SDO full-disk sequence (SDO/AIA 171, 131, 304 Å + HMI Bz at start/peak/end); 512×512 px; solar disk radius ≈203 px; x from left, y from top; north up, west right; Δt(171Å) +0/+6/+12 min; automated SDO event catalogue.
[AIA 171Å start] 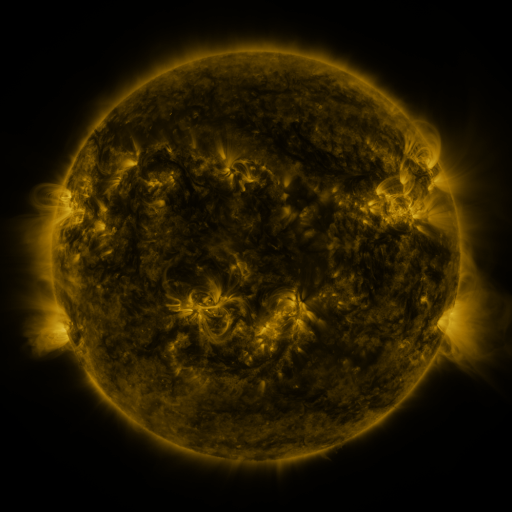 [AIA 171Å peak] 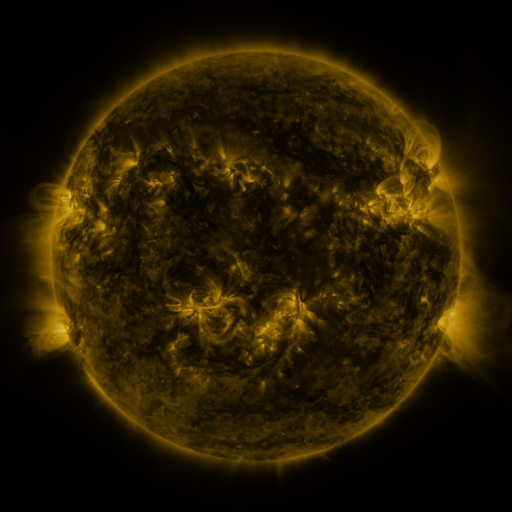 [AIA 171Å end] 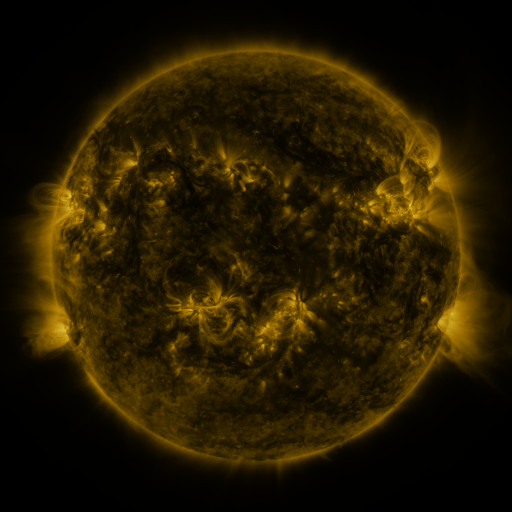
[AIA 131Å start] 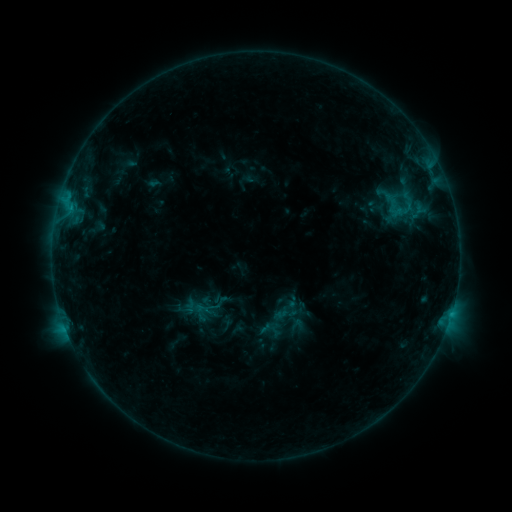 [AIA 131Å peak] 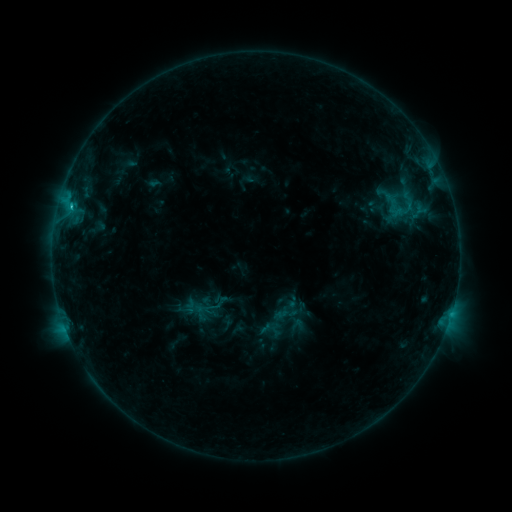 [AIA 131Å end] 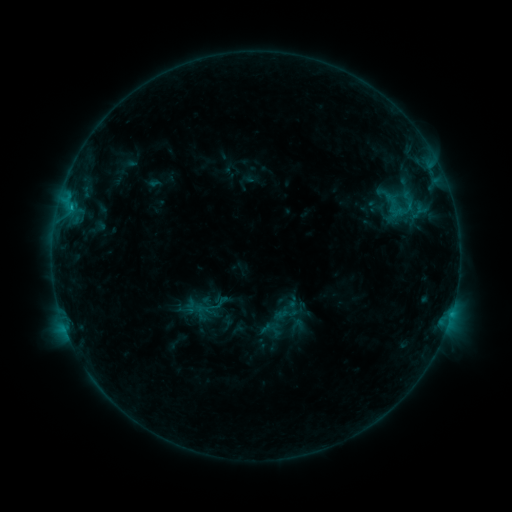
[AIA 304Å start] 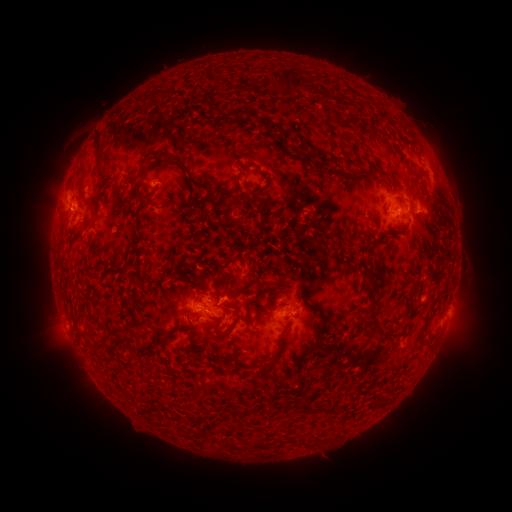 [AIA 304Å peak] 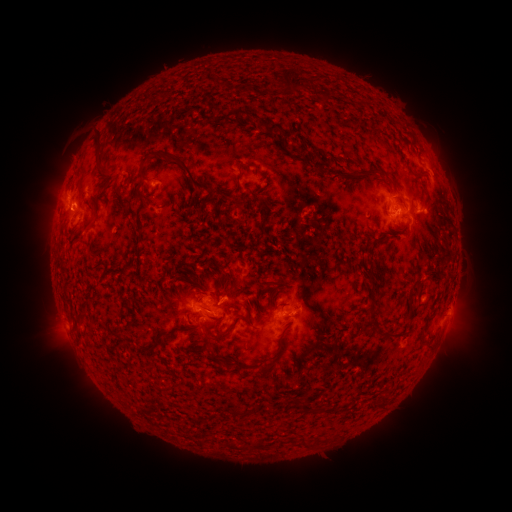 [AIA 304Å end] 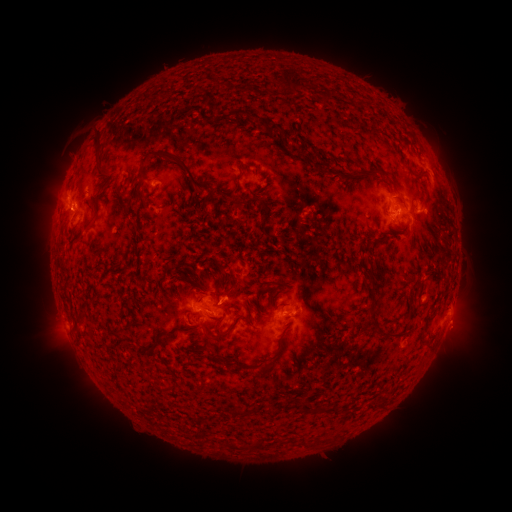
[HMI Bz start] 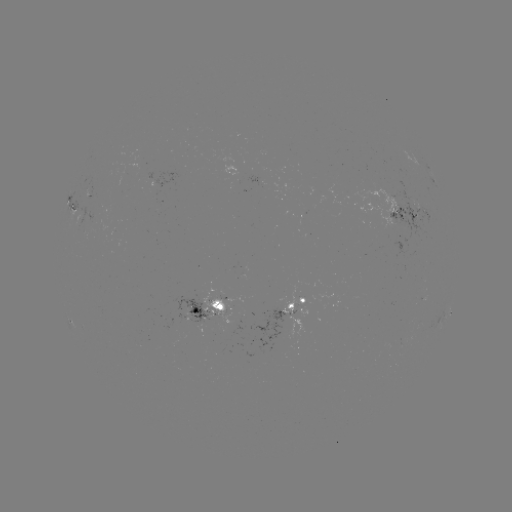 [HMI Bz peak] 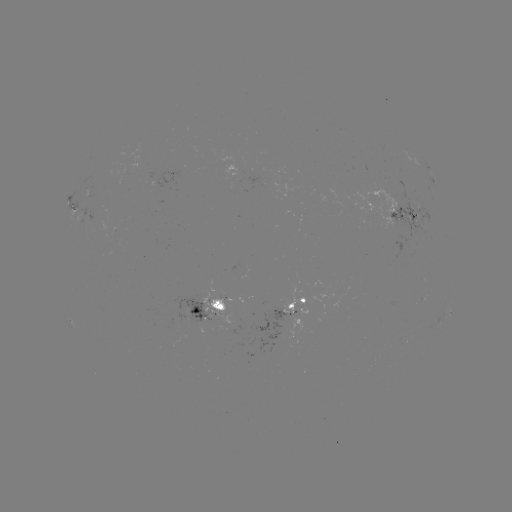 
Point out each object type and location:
C1.0 flare: (71, 208)
